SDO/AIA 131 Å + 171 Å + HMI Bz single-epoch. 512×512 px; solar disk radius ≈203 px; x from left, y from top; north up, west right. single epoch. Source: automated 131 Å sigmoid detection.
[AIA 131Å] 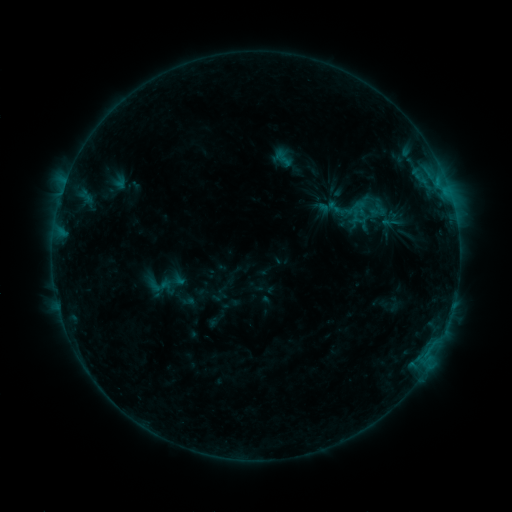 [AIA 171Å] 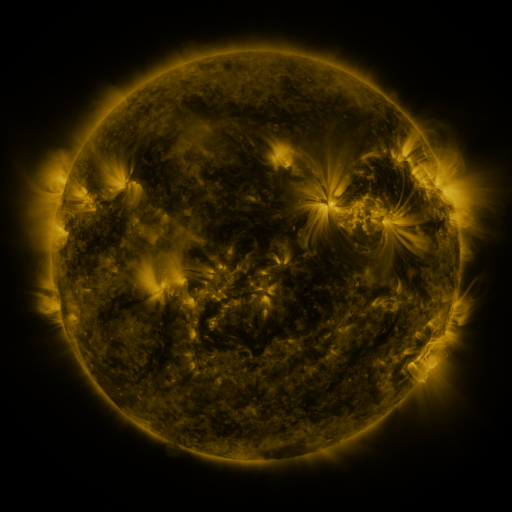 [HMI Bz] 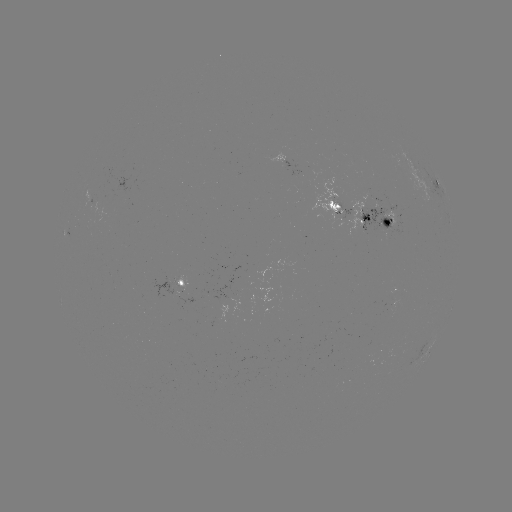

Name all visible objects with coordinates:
sigmoid: (283, 158)
sigmoid: (361, 208)
